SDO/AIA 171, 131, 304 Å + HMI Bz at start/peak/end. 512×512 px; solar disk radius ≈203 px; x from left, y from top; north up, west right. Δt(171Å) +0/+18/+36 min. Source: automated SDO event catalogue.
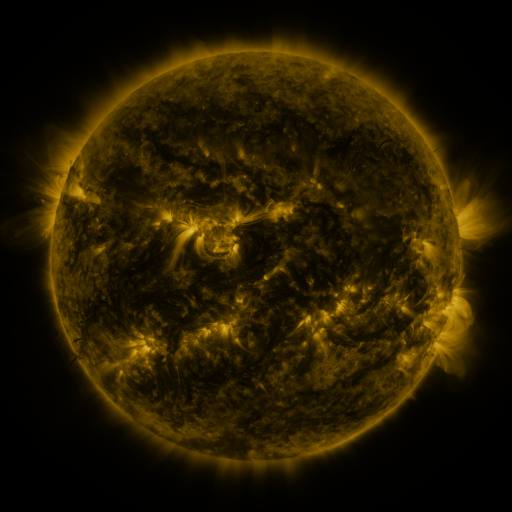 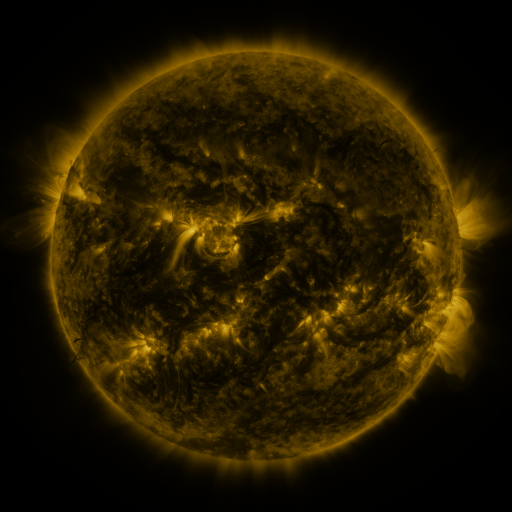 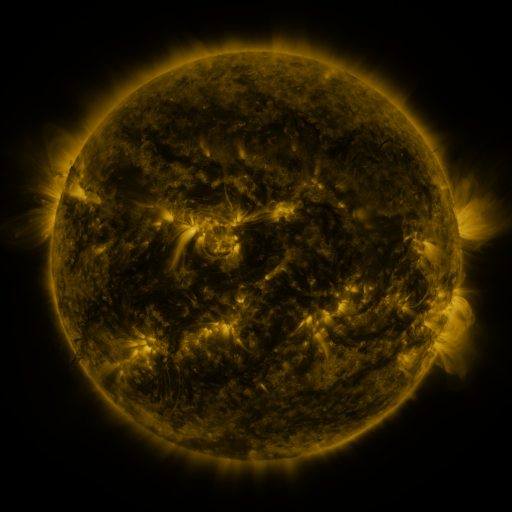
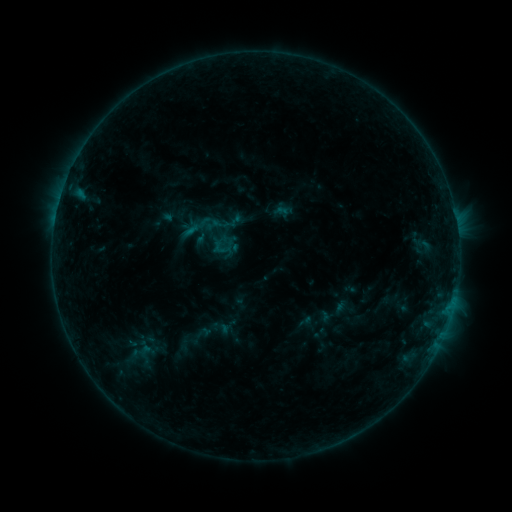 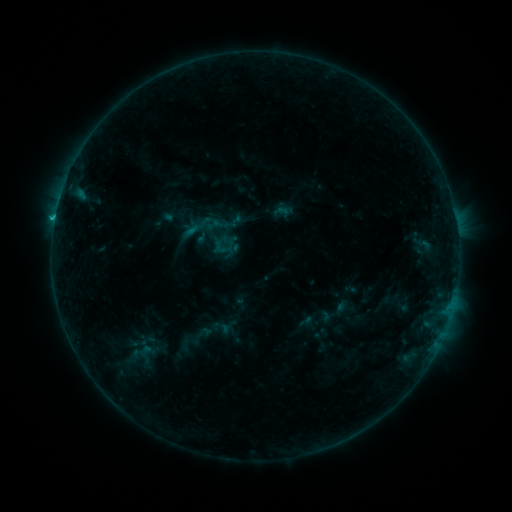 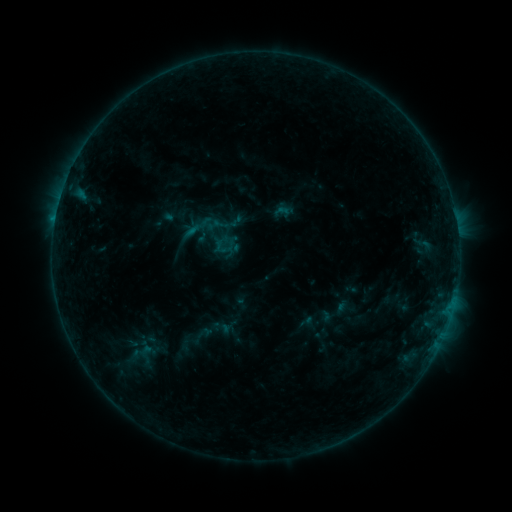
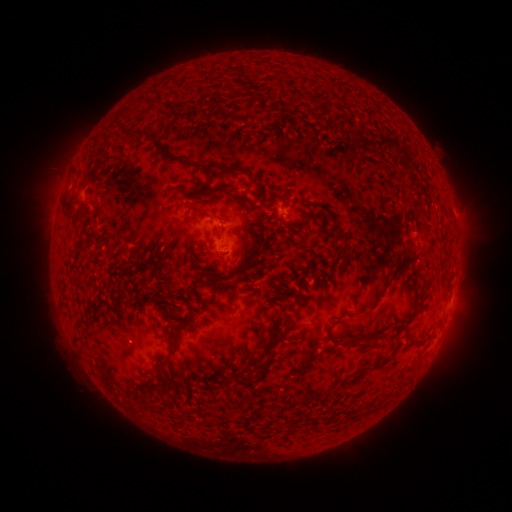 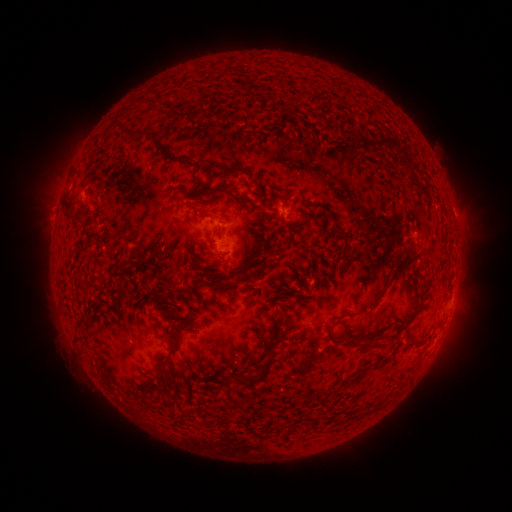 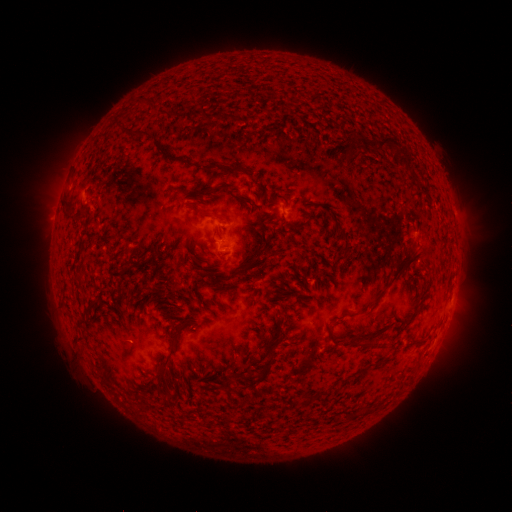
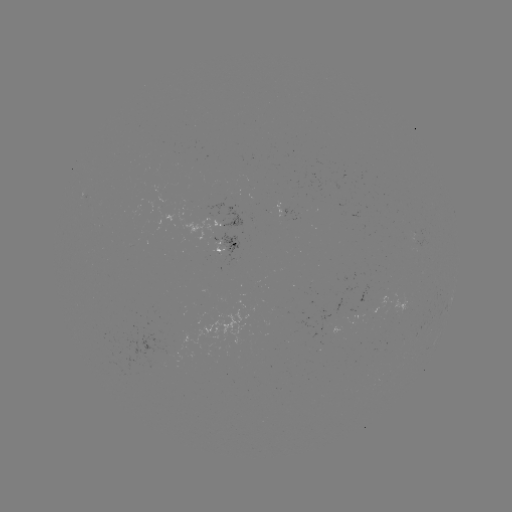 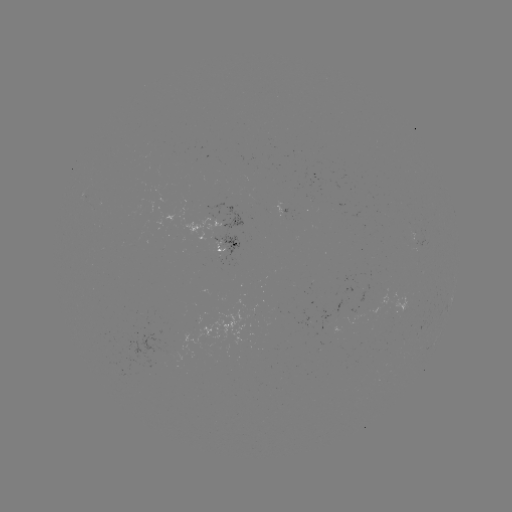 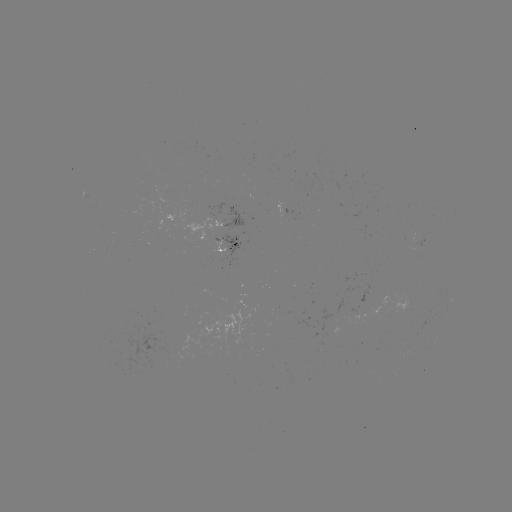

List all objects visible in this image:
B7.0 flare: (57, 221)
